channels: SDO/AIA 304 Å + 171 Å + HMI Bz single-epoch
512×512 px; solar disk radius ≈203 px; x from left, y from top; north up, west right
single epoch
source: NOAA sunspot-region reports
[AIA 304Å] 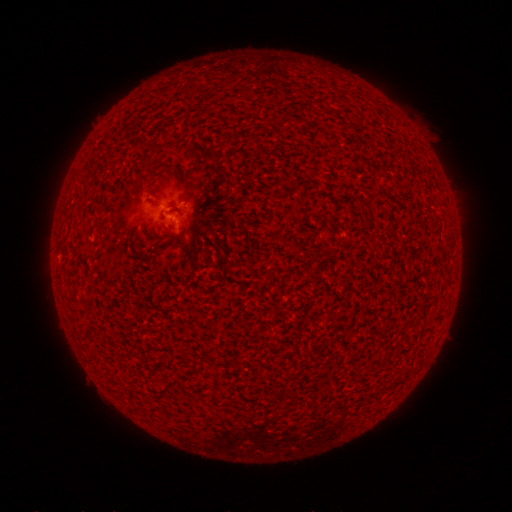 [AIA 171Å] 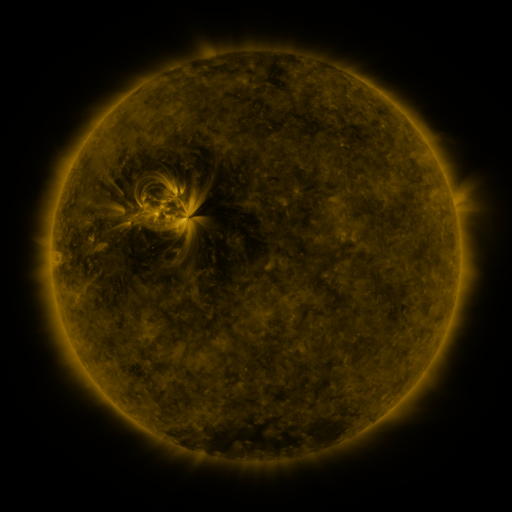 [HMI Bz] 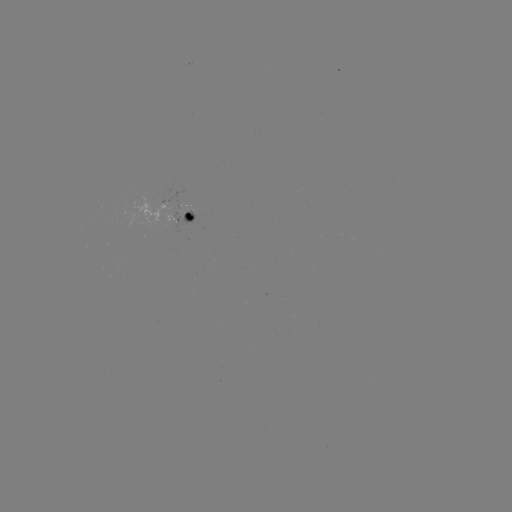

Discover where spotted active region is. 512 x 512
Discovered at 186,215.